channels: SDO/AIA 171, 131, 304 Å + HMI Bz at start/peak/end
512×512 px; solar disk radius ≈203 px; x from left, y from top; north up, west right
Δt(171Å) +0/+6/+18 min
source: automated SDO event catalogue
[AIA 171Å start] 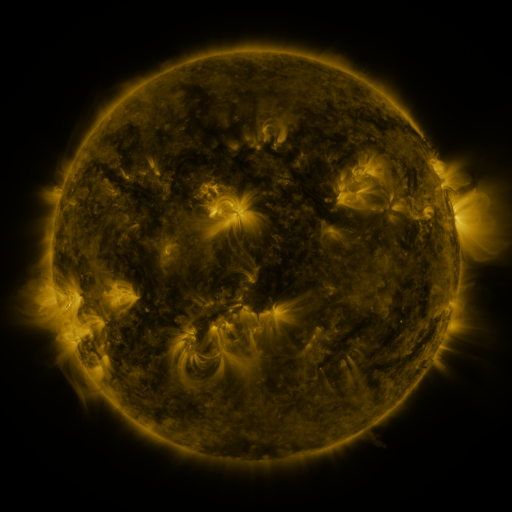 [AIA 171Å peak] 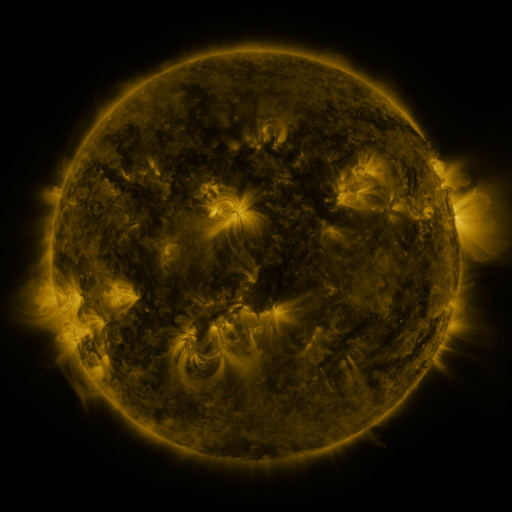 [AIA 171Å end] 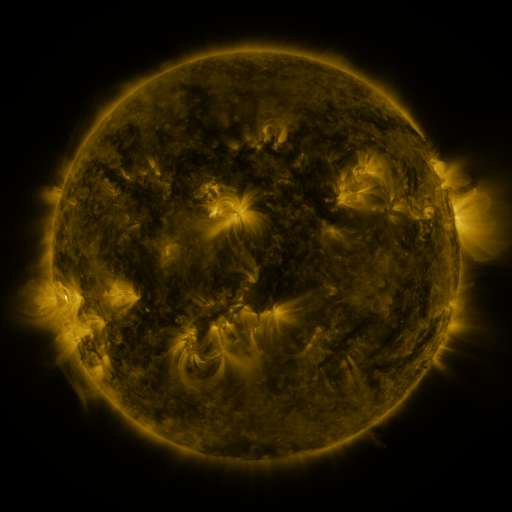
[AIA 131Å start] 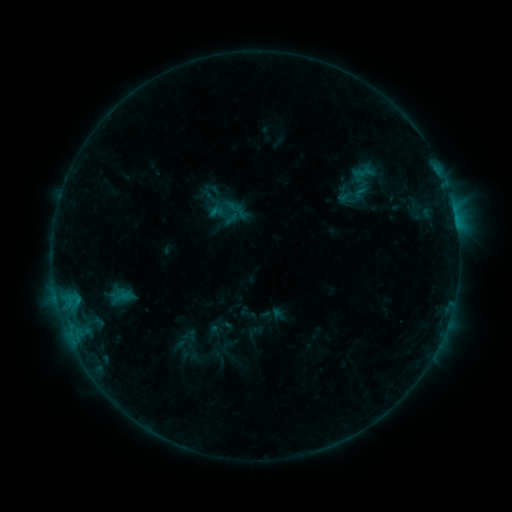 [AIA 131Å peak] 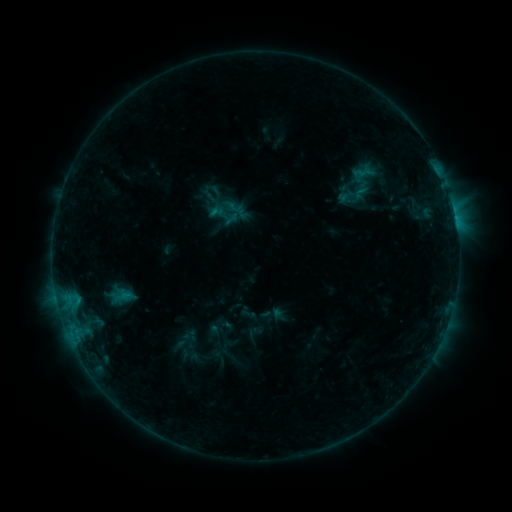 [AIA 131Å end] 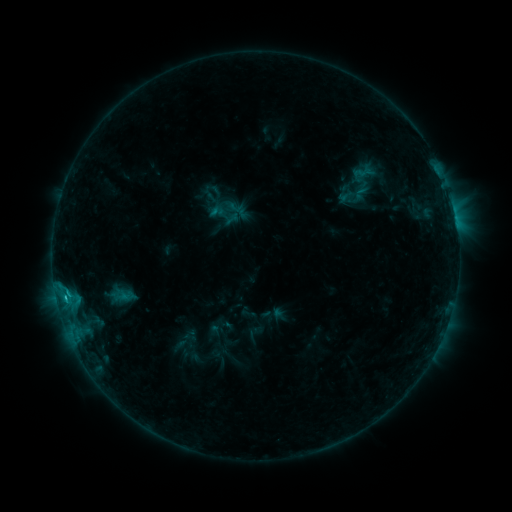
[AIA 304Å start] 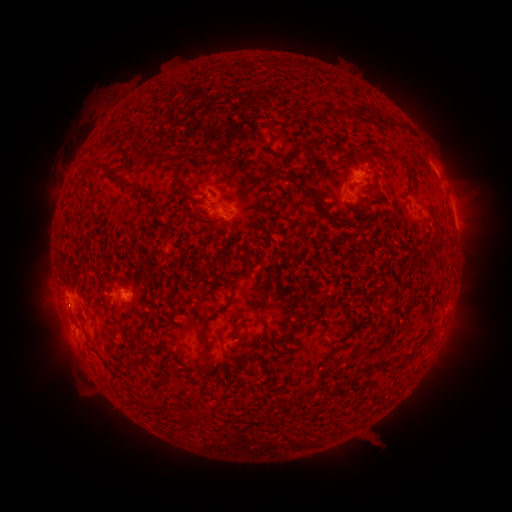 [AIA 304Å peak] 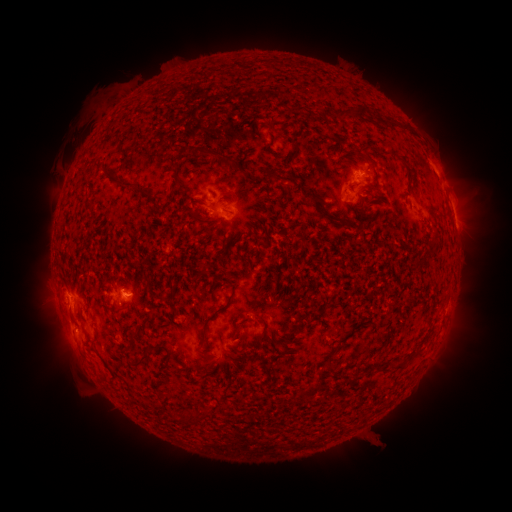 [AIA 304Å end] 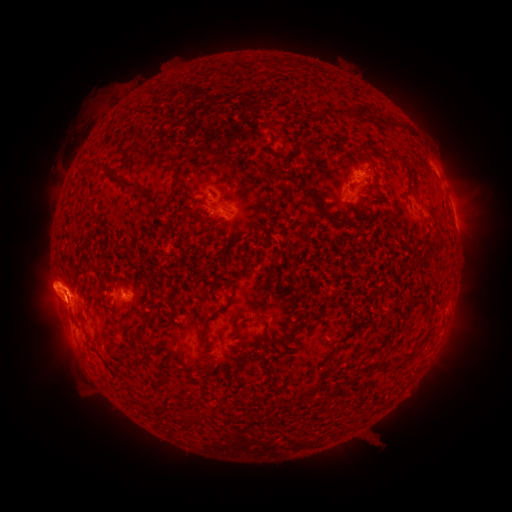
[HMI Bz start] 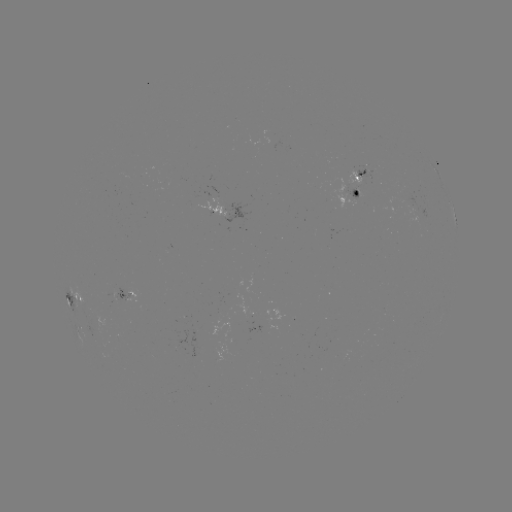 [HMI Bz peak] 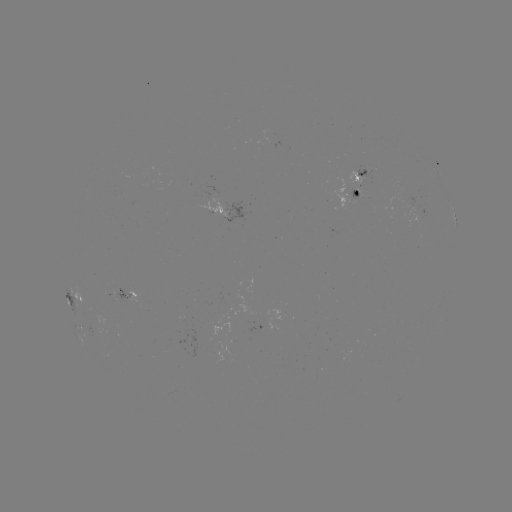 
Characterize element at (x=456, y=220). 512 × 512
C1.5 flare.